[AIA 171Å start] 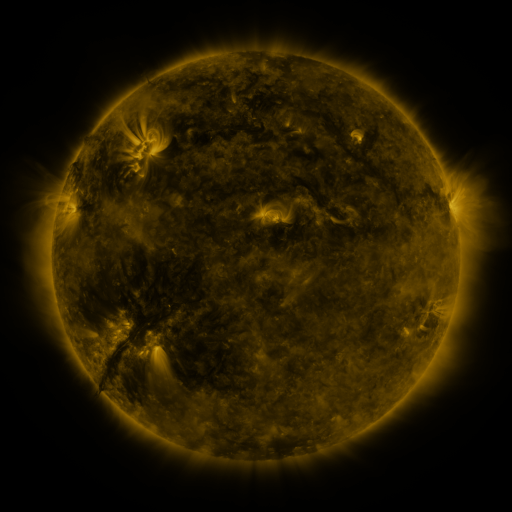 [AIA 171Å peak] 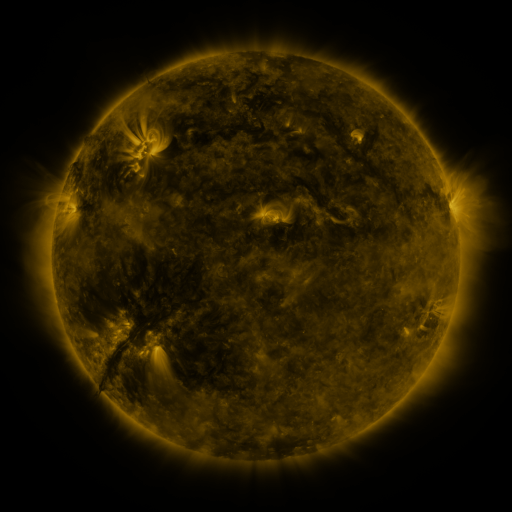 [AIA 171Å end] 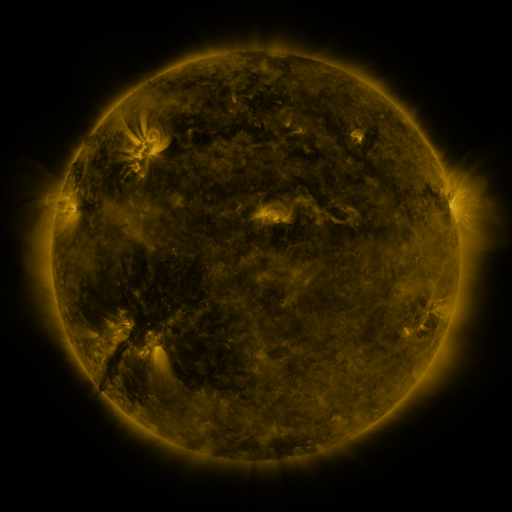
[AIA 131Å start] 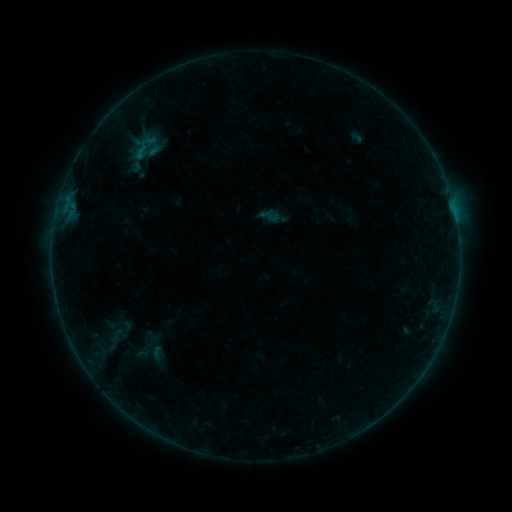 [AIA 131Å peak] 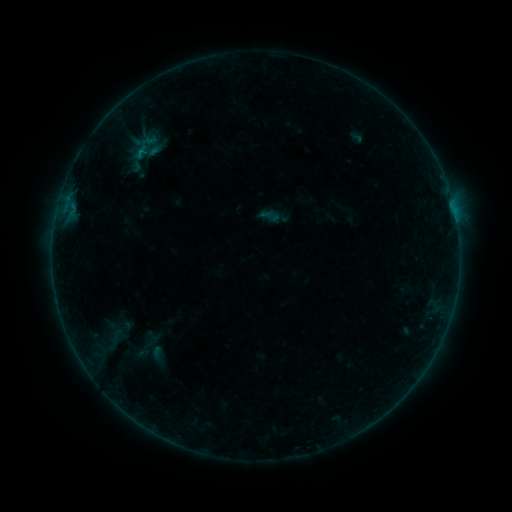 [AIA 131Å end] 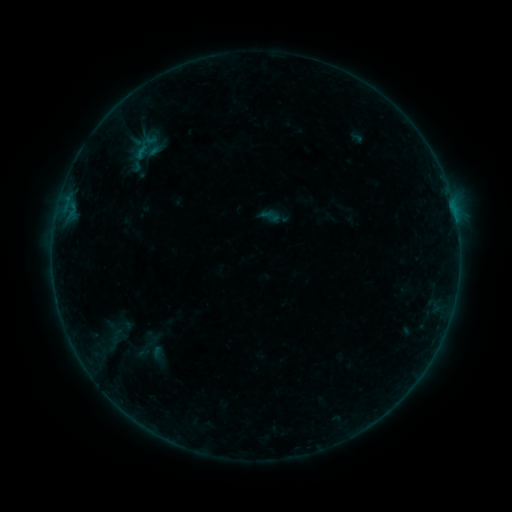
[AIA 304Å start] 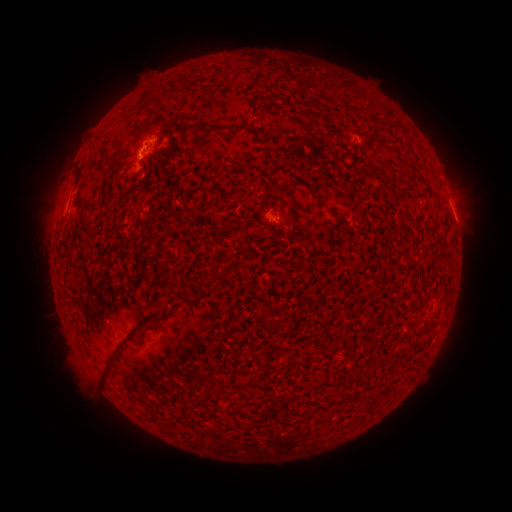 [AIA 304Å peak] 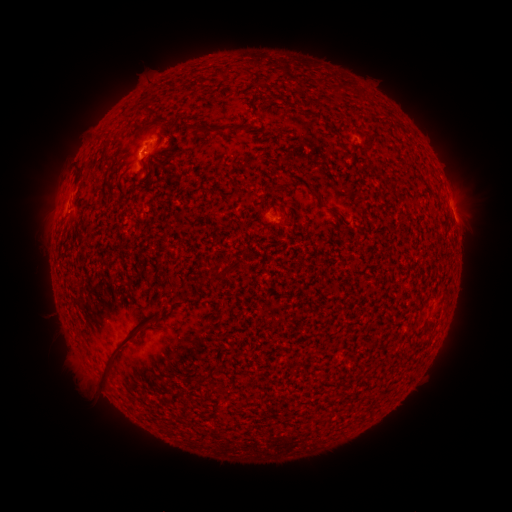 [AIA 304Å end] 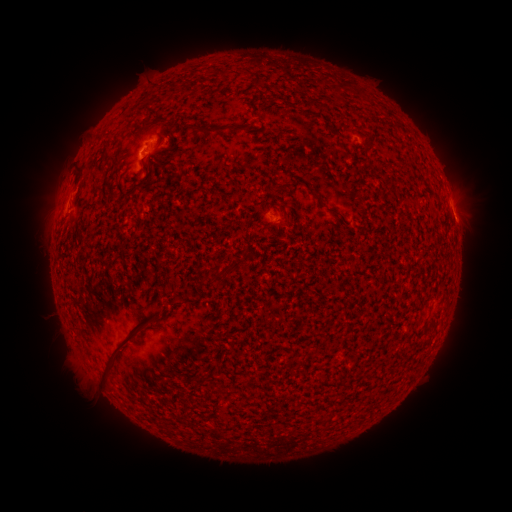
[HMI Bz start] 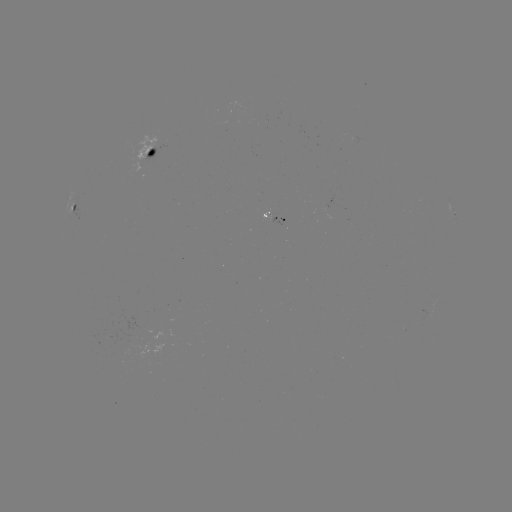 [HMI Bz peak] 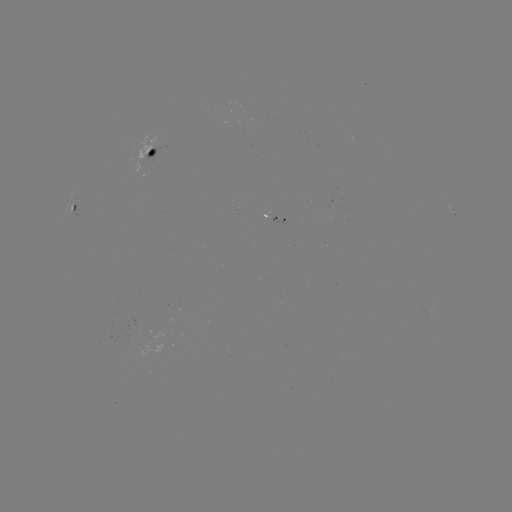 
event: flare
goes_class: B2.0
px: (147, 154)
